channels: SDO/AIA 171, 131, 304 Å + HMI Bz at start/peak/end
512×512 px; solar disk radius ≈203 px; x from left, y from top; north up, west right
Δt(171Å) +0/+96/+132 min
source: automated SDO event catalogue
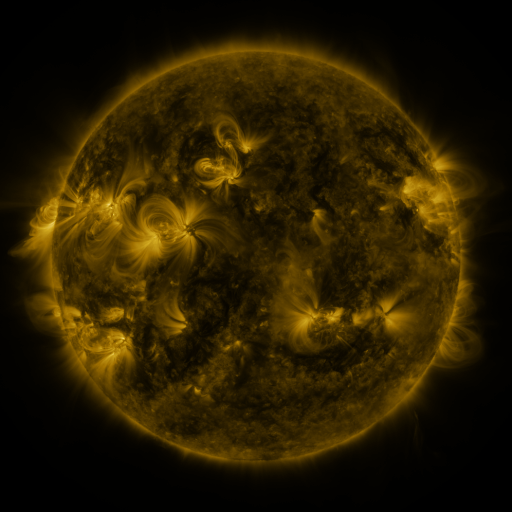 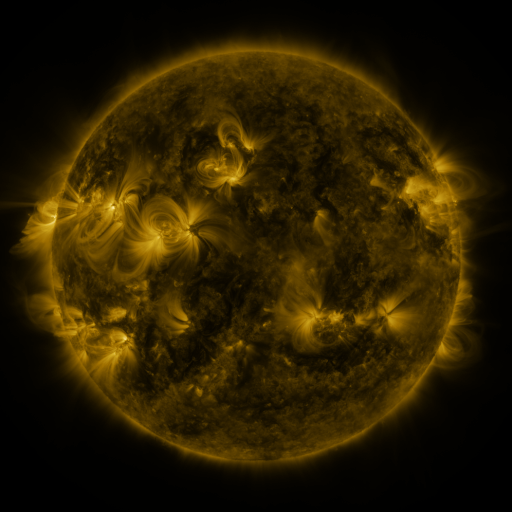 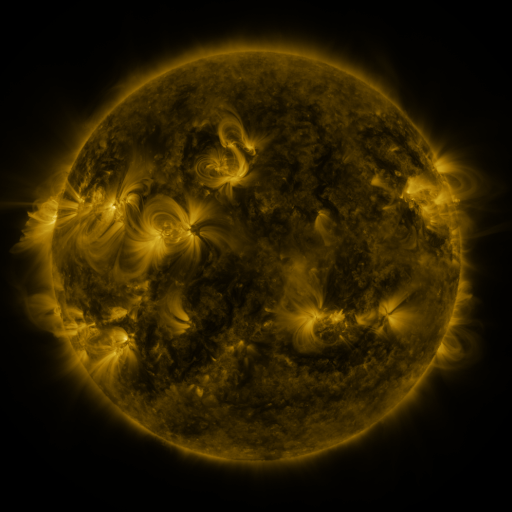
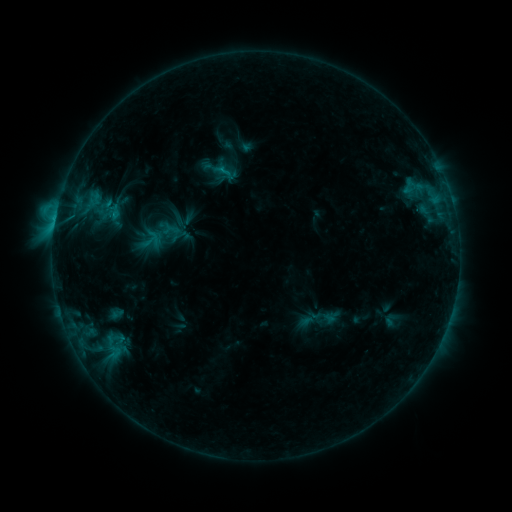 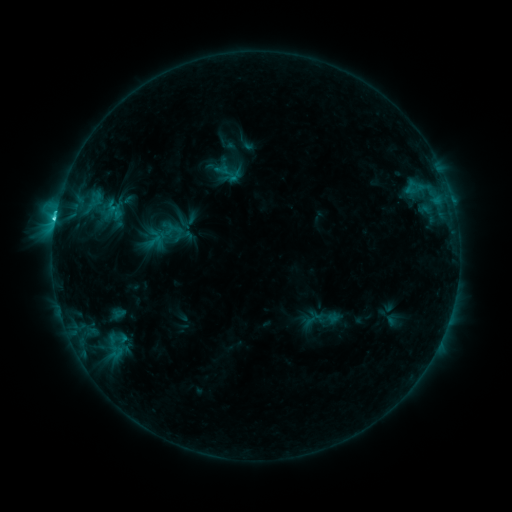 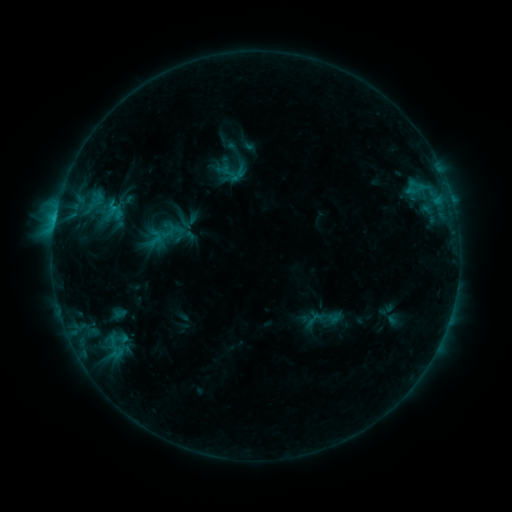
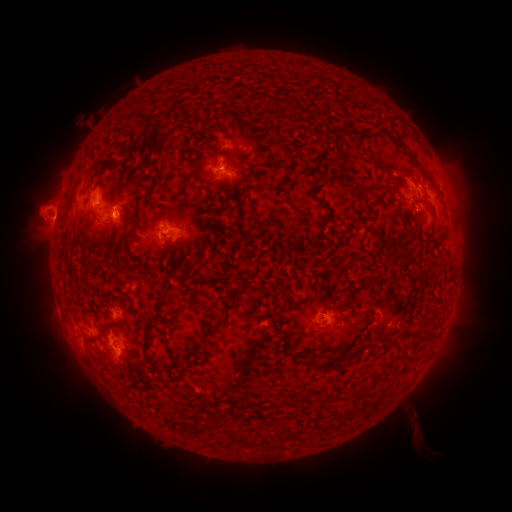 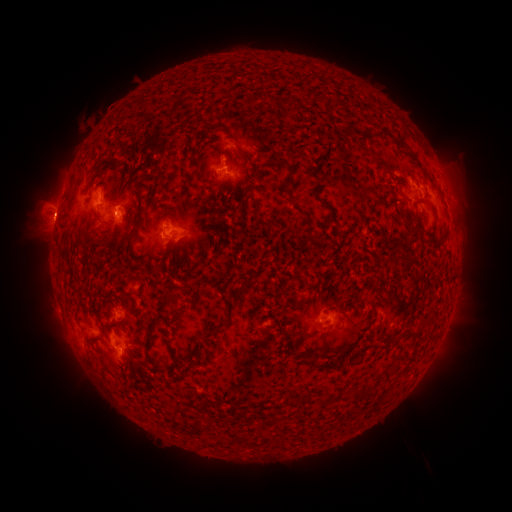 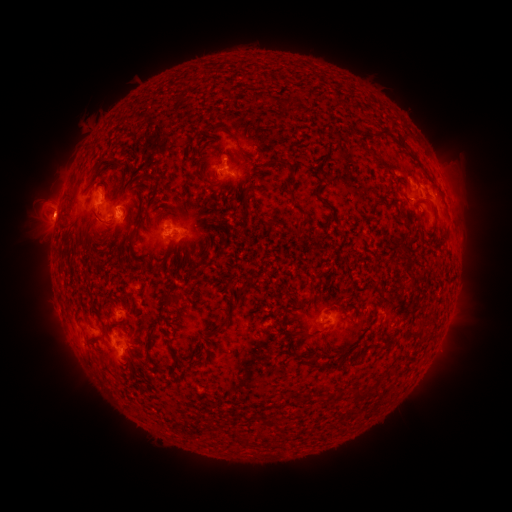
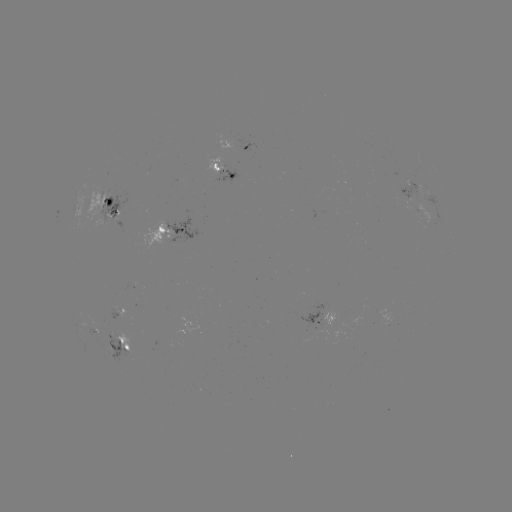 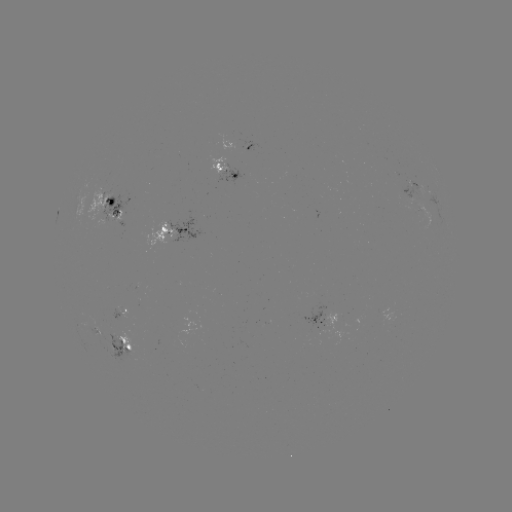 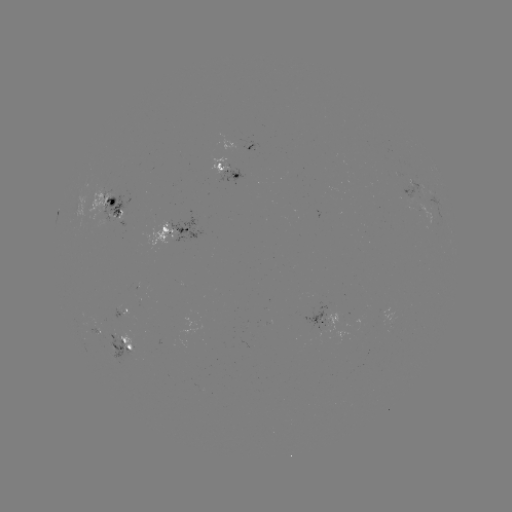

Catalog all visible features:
emerging-flux region: (123, 311)
